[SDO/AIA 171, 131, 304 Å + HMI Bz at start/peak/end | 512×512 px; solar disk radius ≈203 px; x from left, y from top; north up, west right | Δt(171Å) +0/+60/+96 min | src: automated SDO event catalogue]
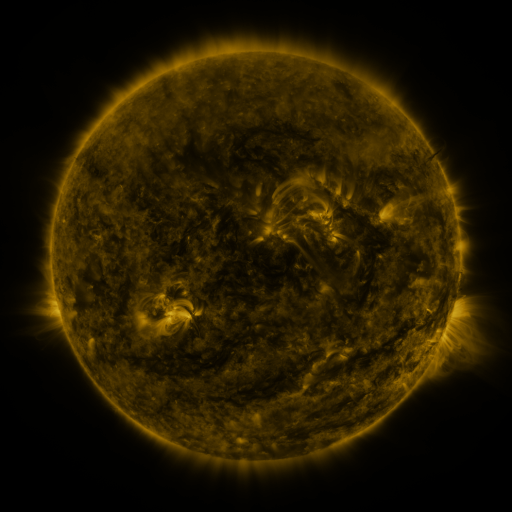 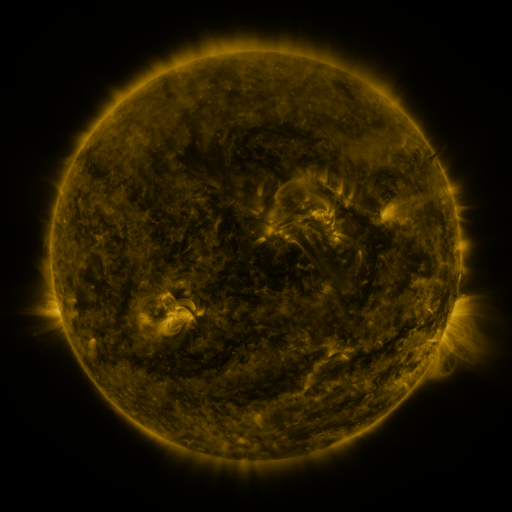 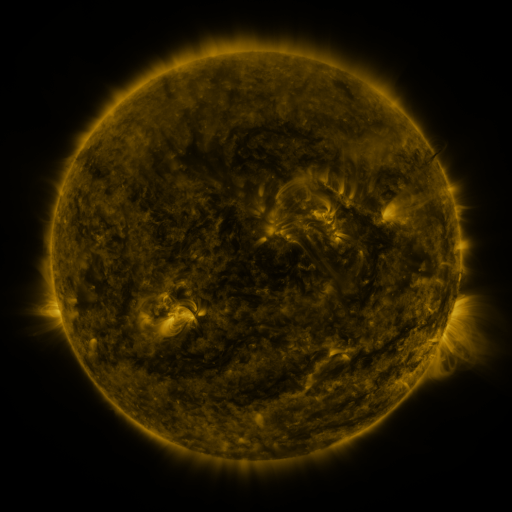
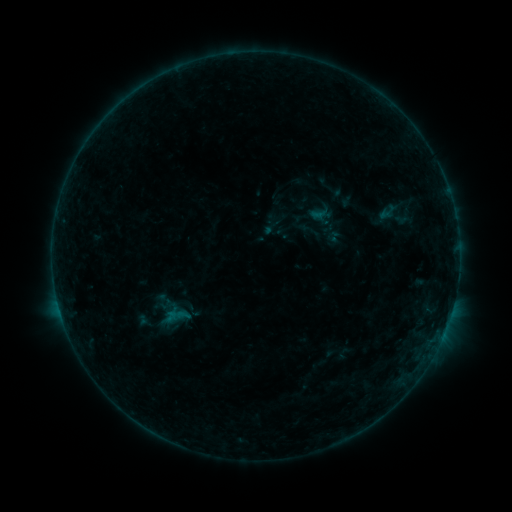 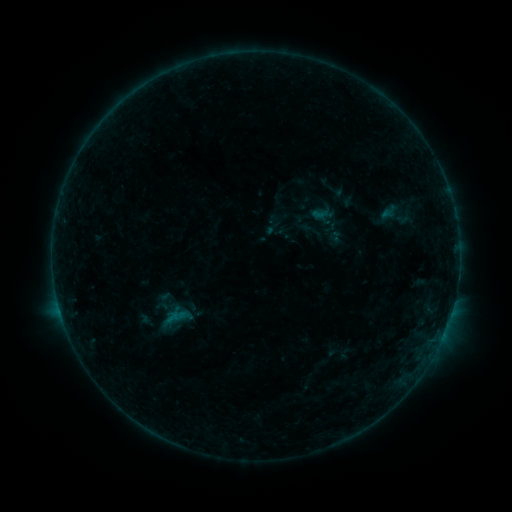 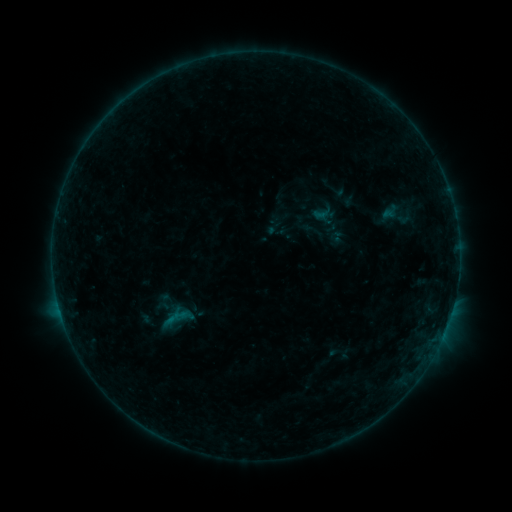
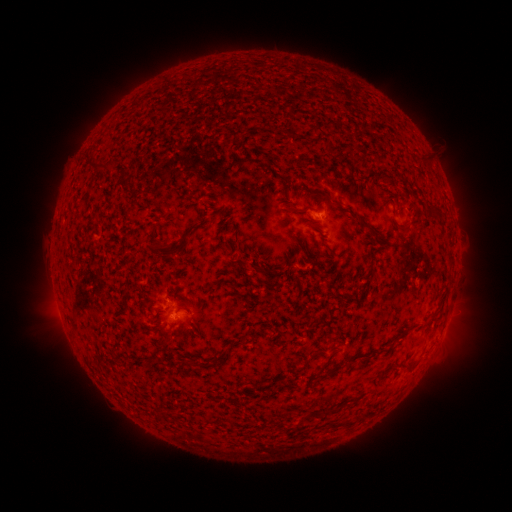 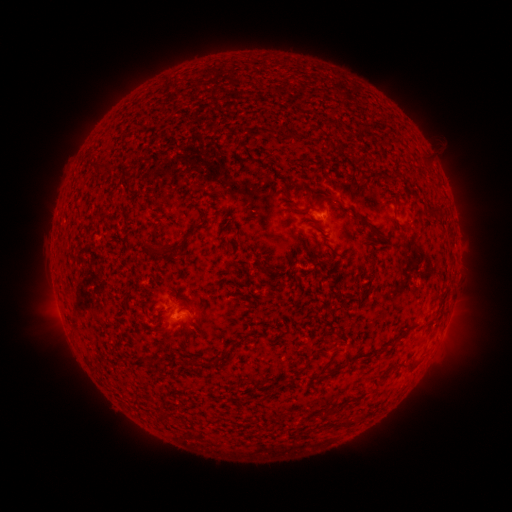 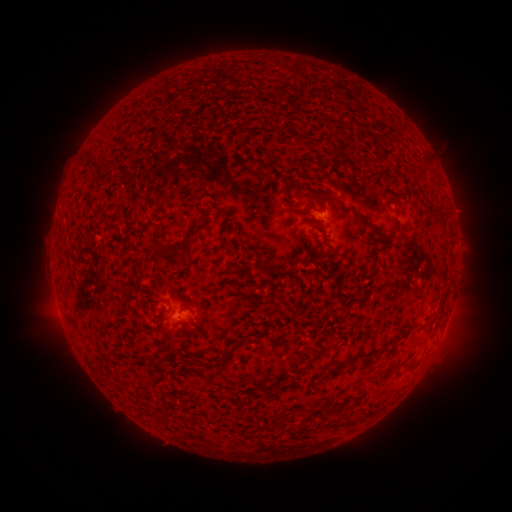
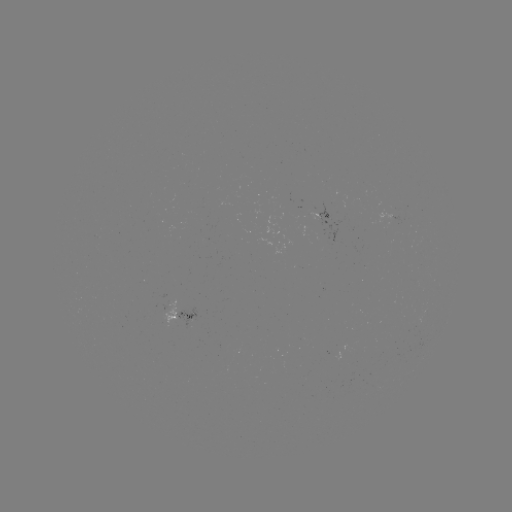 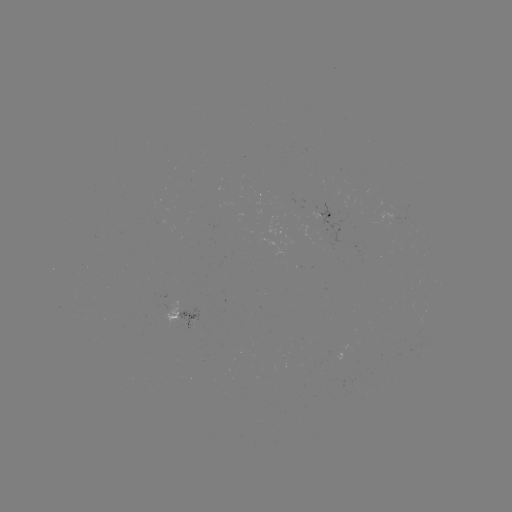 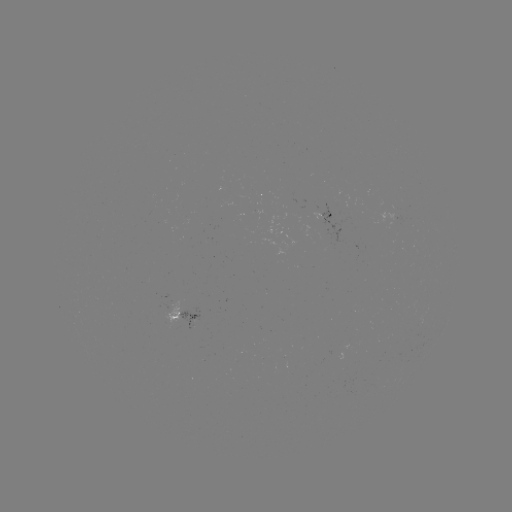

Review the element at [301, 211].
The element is emerging-flux region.